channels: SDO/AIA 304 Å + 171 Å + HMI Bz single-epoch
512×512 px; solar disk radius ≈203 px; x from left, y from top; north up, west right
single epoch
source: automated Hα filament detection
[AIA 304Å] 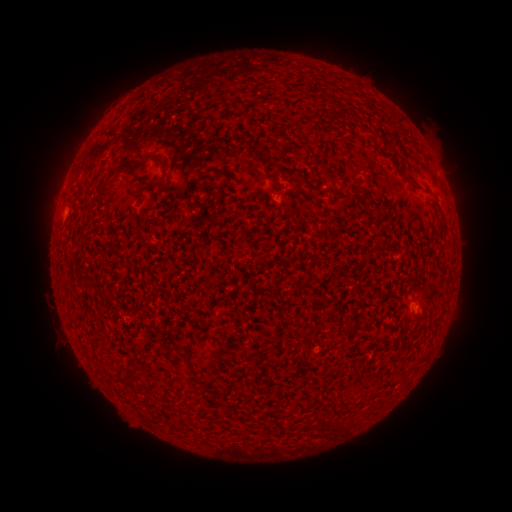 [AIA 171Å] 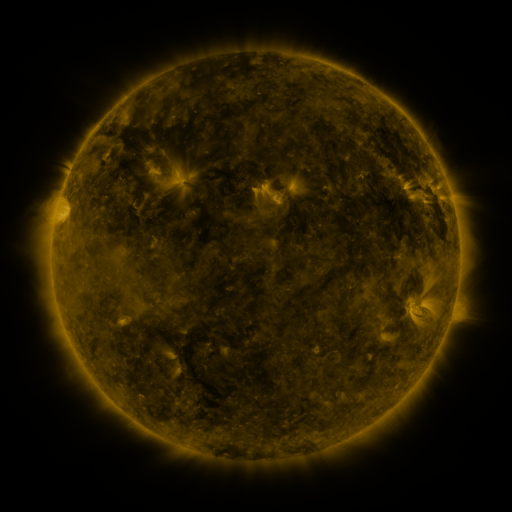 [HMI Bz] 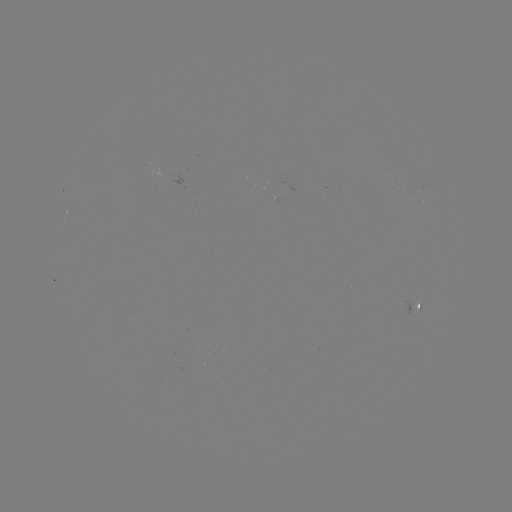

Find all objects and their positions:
filament: <bbox>338, 108, 347, 120</bbox>
filament: <bbox>132, 150, 162, 171</bbox>
filament: <bbox>162, 161, 169, 182</bbox>
filament: <bbox>398, 170, 421, 191</bbox>
filament: <bbox>99, 171, 117, 198</bbox>
filament: <bbox>353, 189, 364, 199</bbox>
filament: <bbox>183, 344, 191, 361</bbox>
filament: <bbox>170, 413, 178, 426</bbox>
